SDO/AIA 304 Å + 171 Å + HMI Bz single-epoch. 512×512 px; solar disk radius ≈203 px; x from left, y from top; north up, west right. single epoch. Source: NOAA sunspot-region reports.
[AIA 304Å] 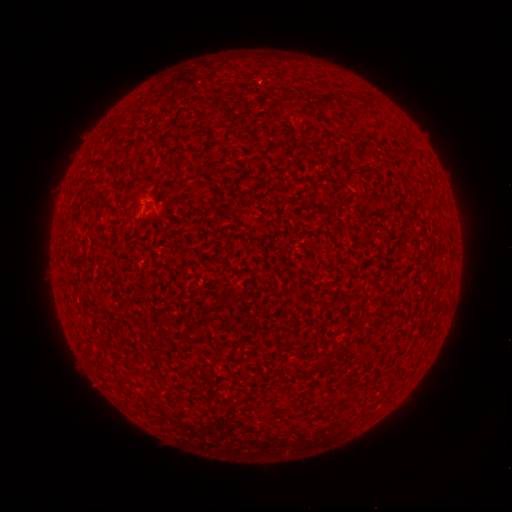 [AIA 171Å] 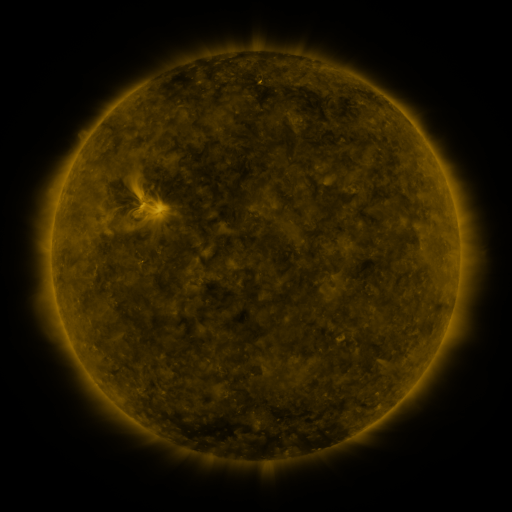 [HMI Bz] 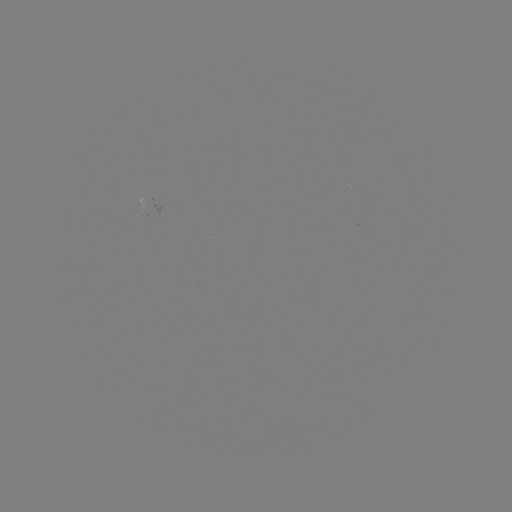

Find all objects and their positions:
(none)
